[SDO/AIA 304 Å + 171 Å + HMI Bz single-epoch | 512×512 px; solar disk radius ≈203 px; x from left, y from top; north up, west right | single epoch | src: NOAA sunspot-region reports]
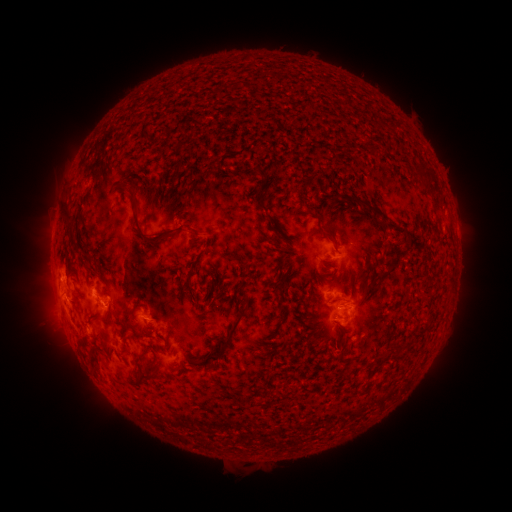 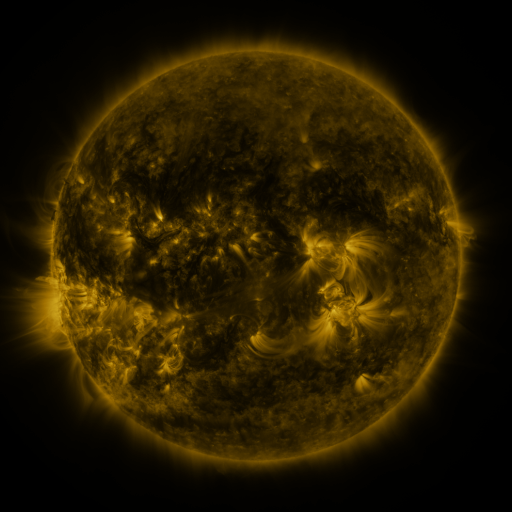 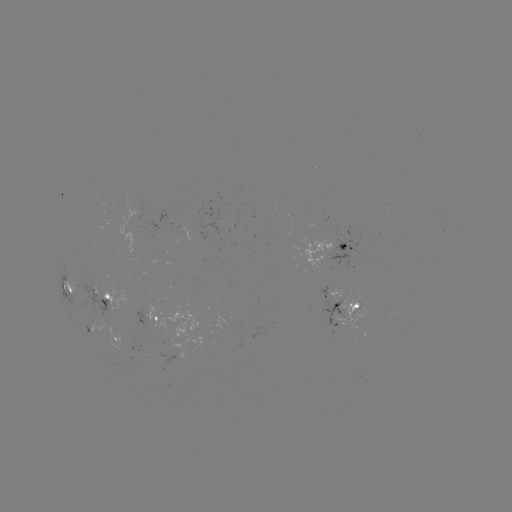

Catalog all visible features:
spotted active region: (334, 245)
spotted active region: (65, 287)
spotted active region: (335, 295)
spotted active region: (106, 297)
spotted active region: (350, 305)
spotted active region: (153, 318)
spotted active region: (339, 326)
spotted active region: (90, 328)
spotted active region: (115, 338)
spotted active region: (181, 345)
